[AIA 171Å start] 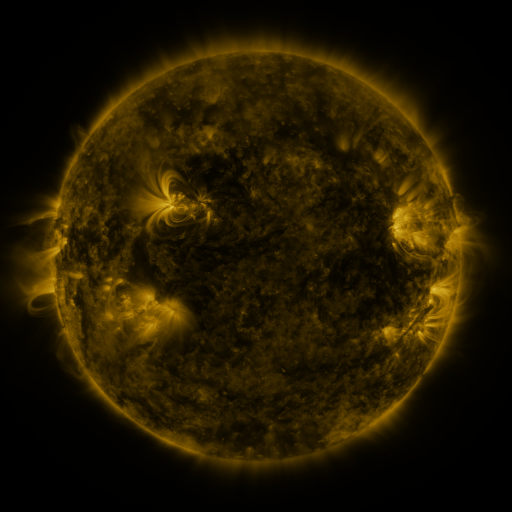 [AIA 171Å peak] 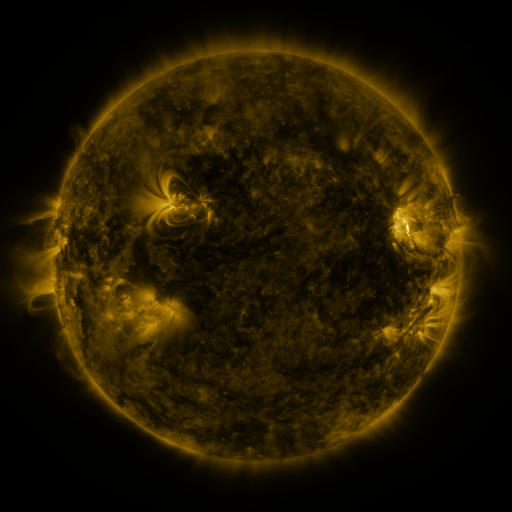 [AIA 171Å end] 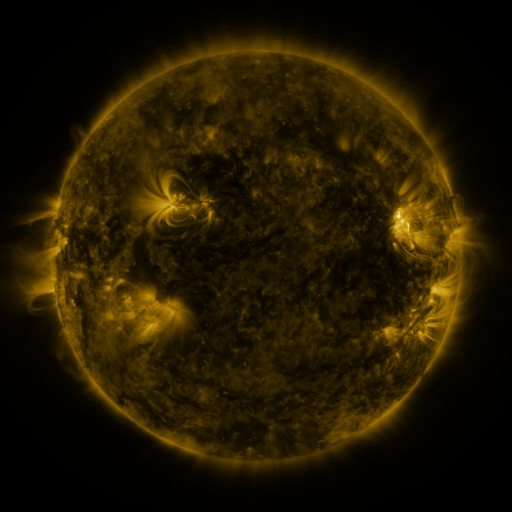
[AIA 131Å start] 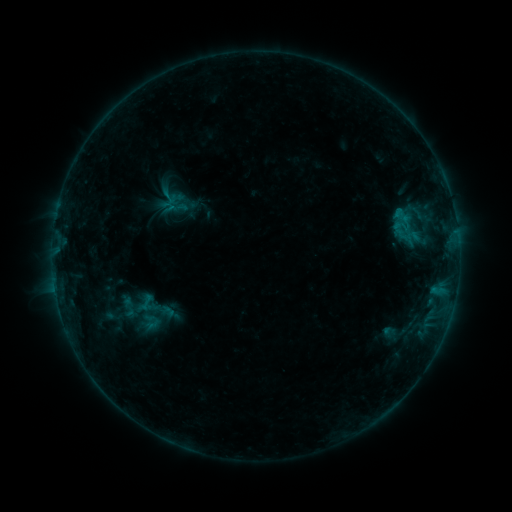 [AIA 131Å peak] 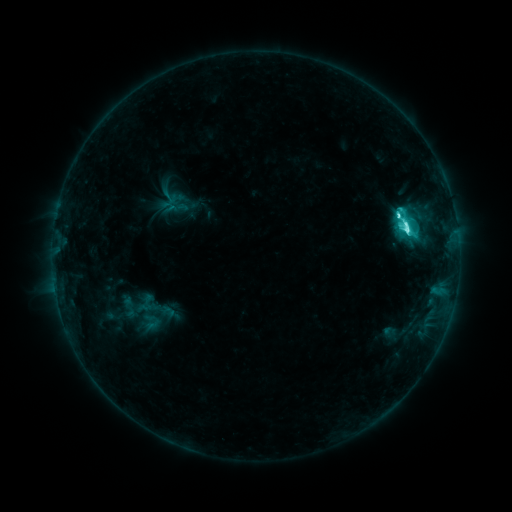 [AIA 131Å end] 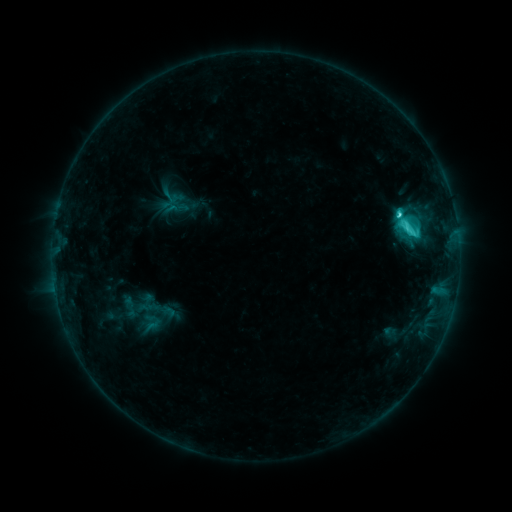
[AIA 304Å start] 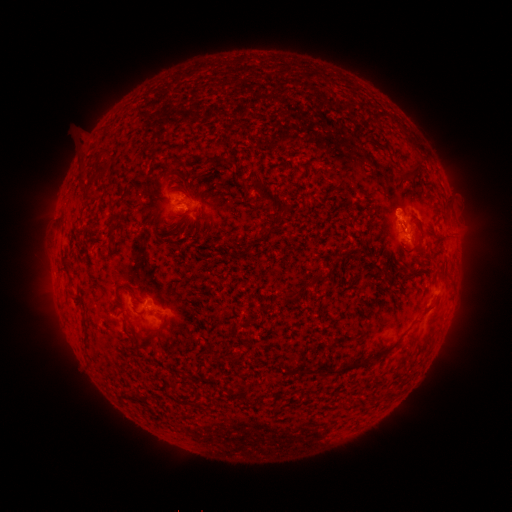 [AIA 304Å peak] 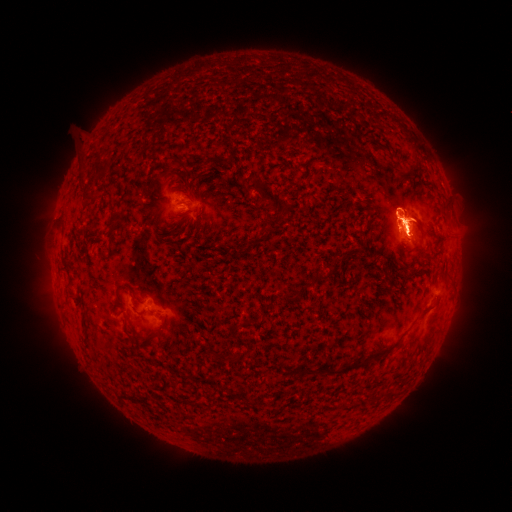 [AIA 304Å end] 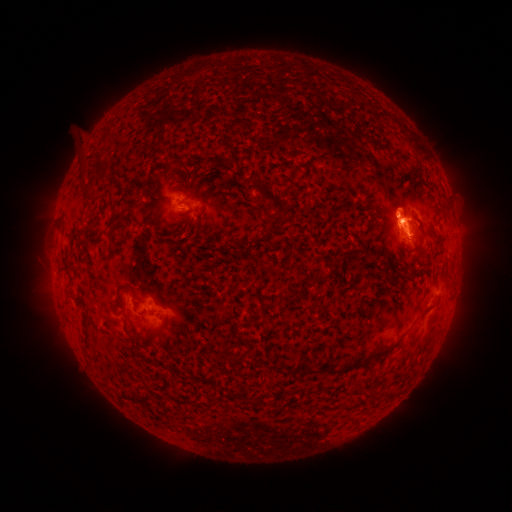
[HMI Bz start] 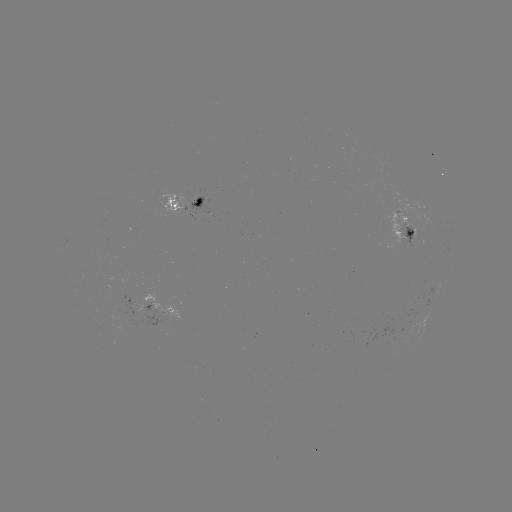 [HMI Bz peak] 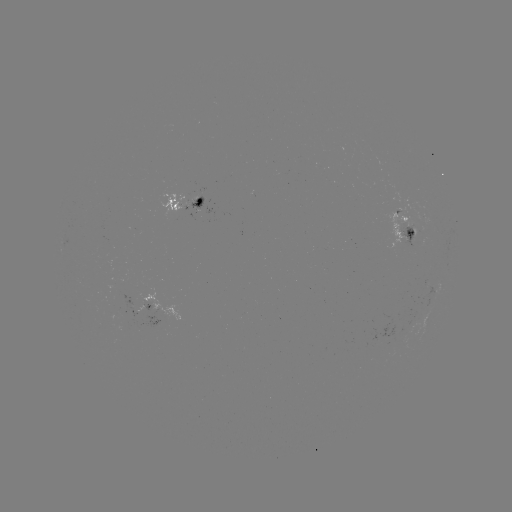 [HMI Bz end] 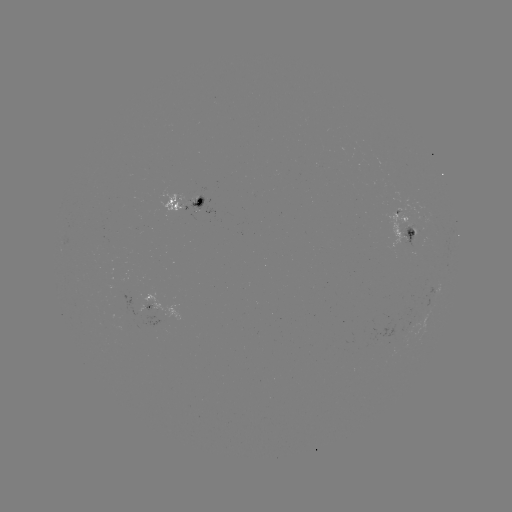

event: flare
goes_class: C9.6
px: (404, 231)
